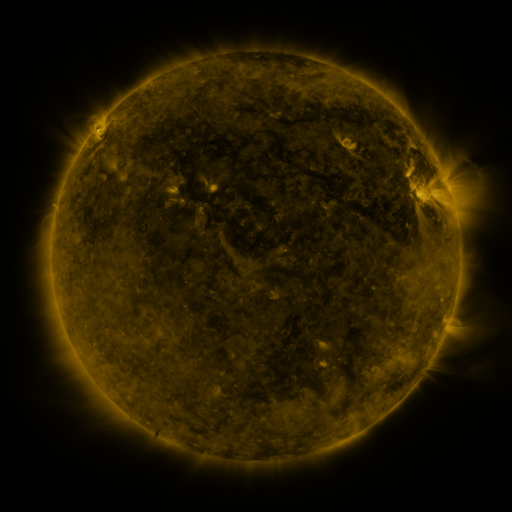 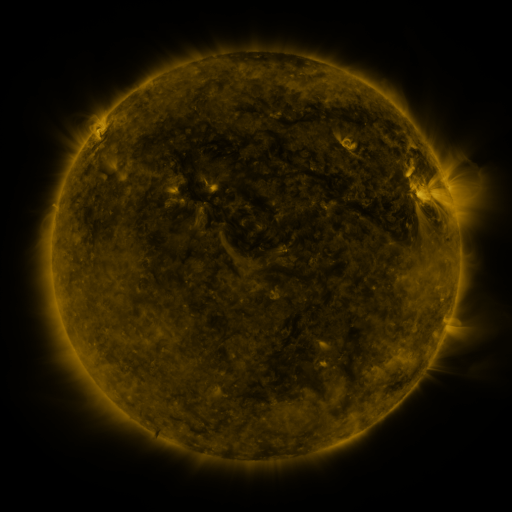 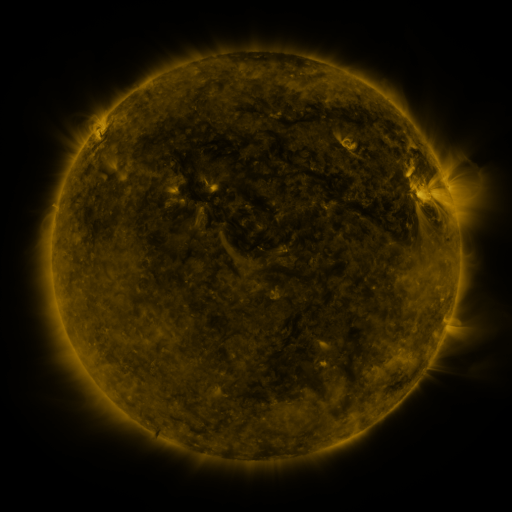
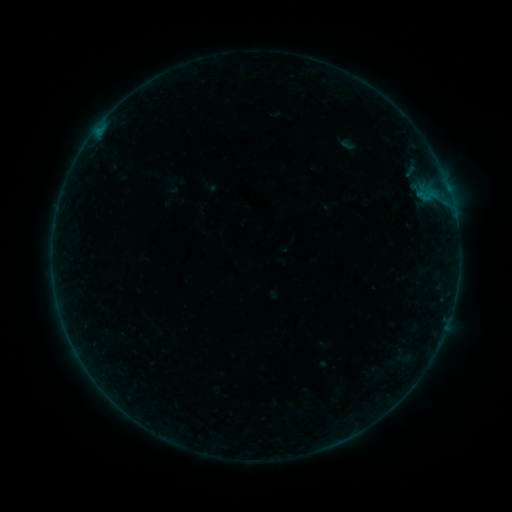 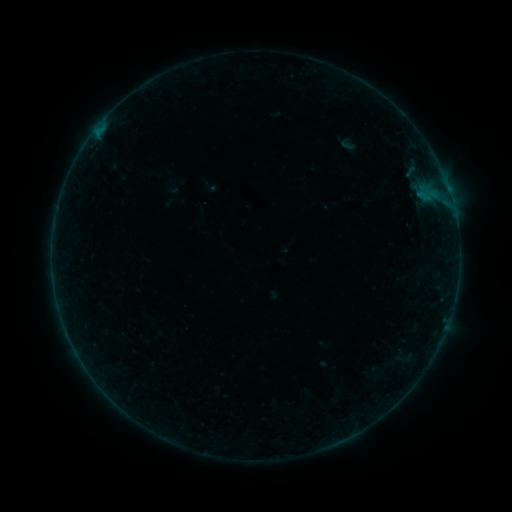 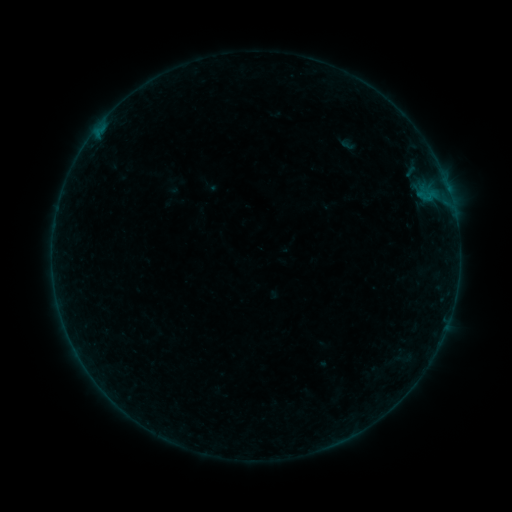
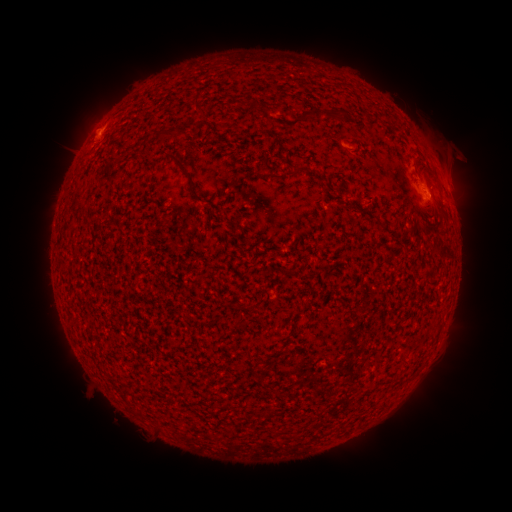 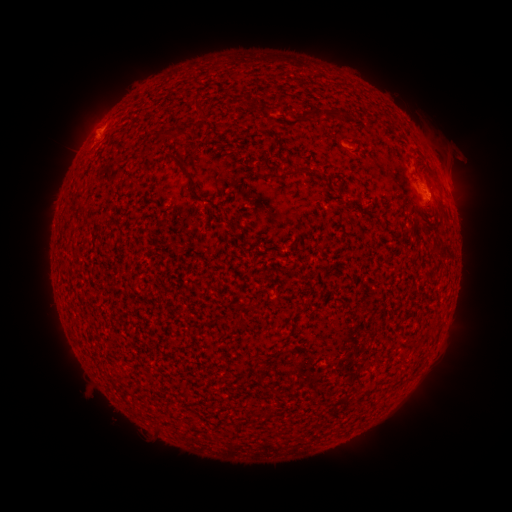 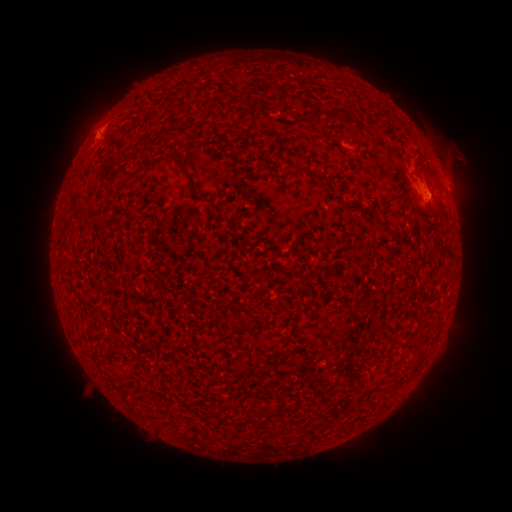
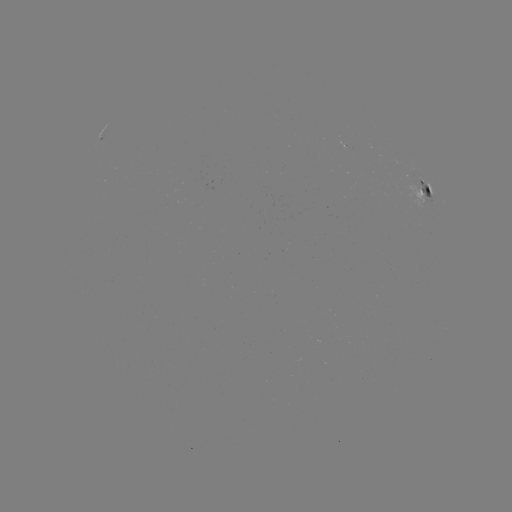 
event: flare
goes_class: B1.8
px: (97, 140)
